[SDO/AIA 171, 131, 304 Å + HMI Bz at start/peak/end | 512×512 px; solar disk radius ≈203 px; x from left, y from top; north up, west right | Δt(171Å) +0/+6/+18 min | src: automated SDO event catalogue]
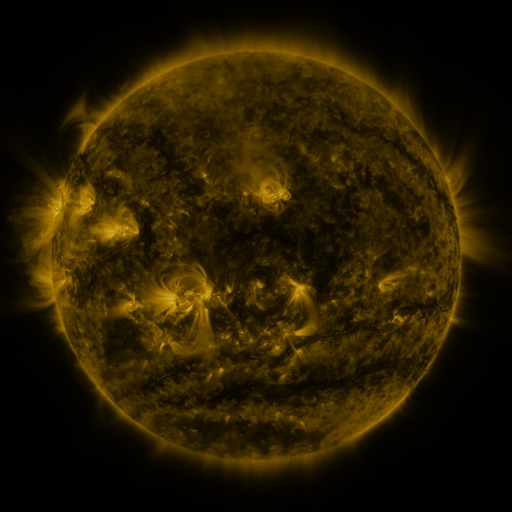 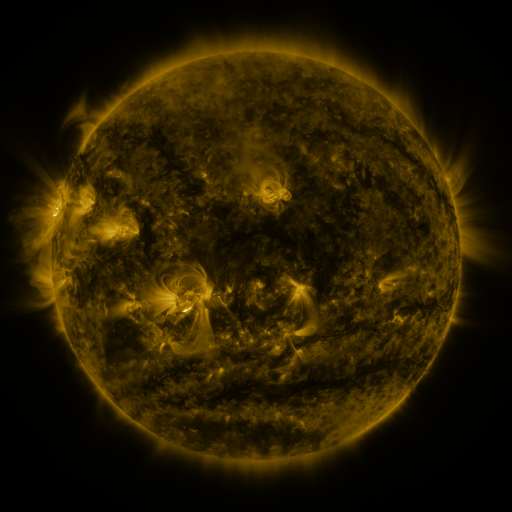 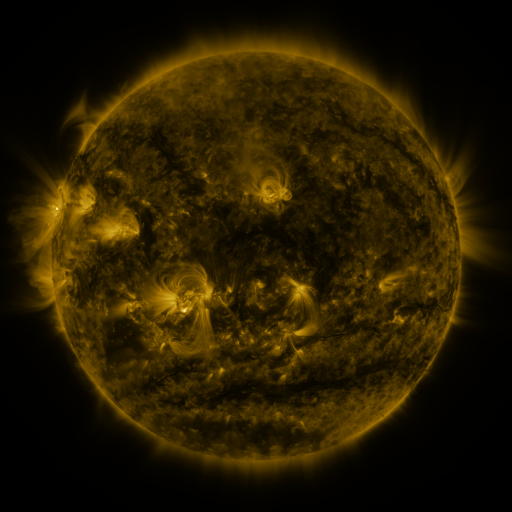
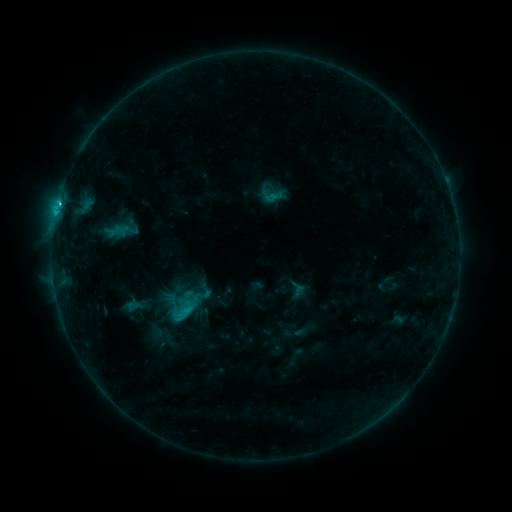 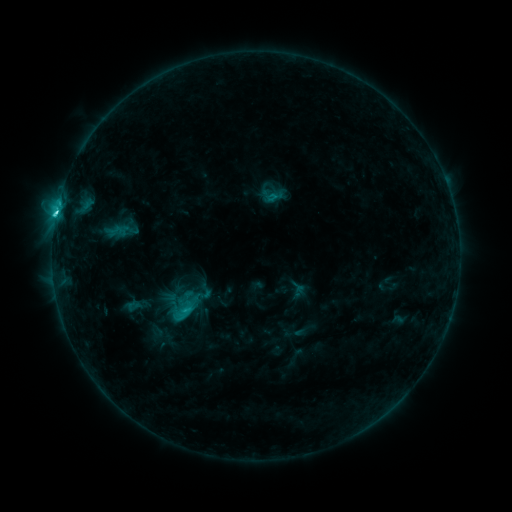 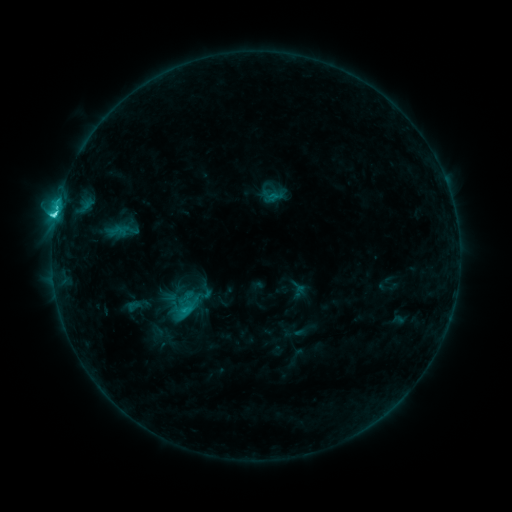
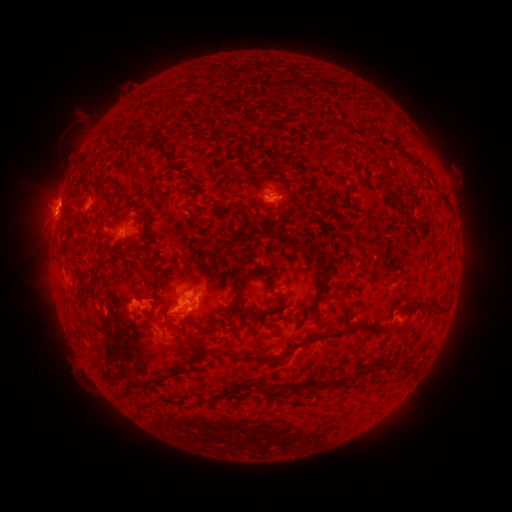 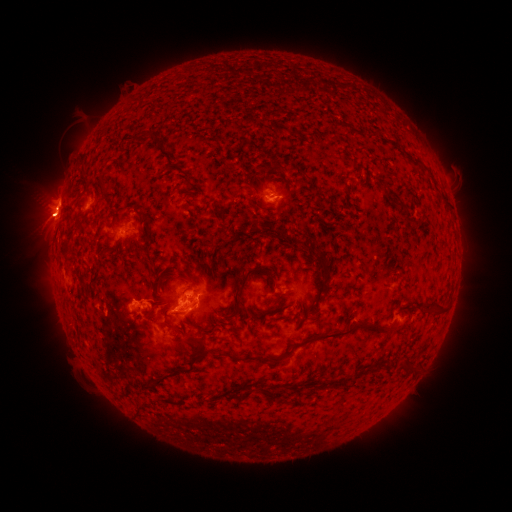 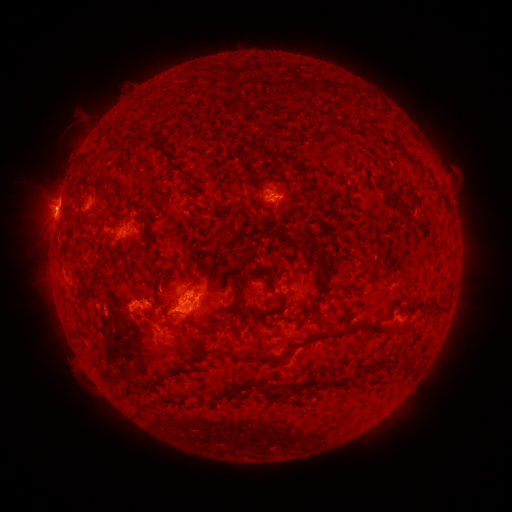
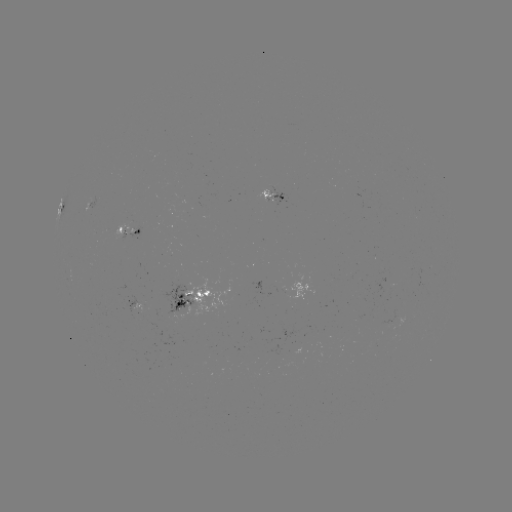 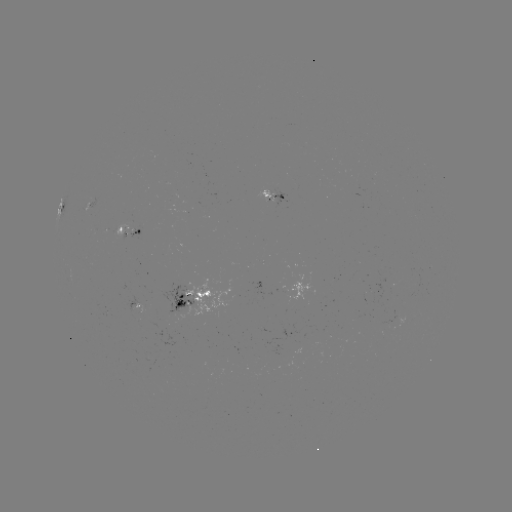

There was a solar flare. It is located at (59, 211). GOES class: C3.7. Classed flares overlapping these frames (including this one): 1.